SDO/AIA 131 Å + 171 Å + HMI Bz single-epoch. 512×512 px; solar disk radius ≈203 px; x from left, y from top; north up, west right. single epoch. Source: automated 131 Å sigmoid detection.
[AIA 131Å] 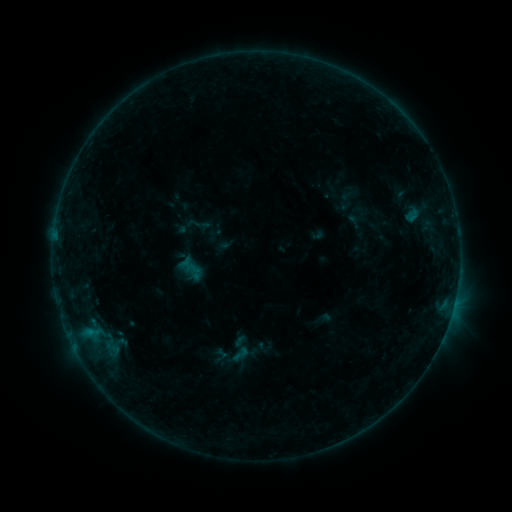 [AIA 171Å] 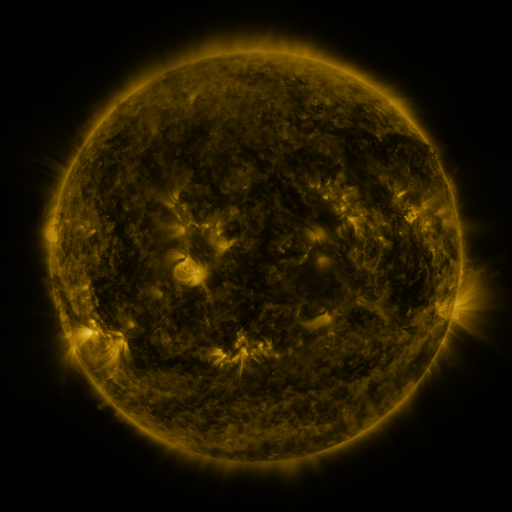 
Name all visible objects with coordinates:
sigmoid: (240, 354)
